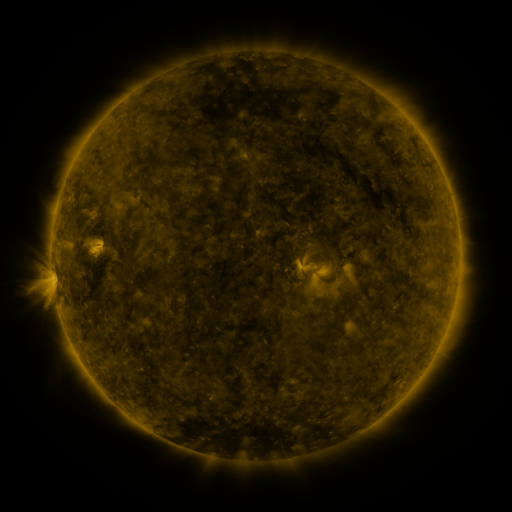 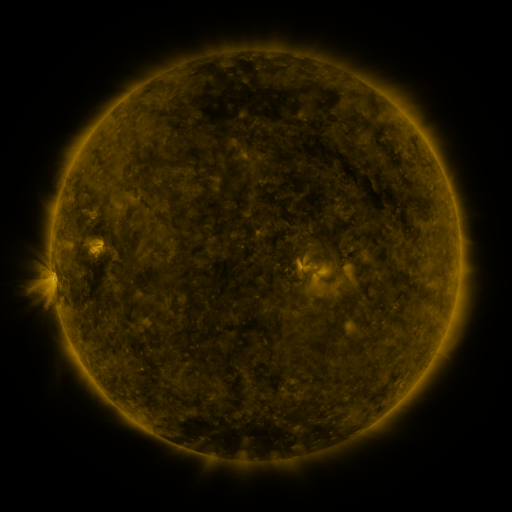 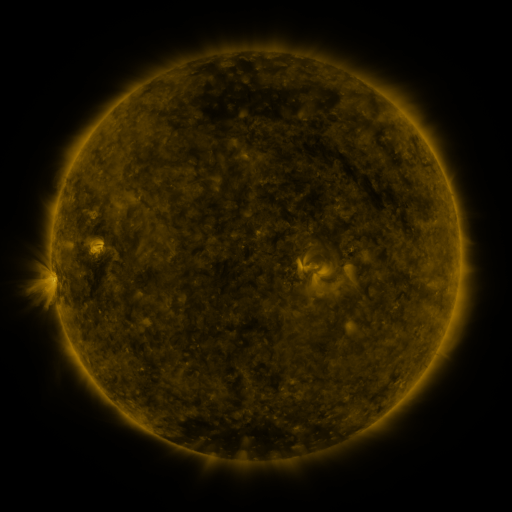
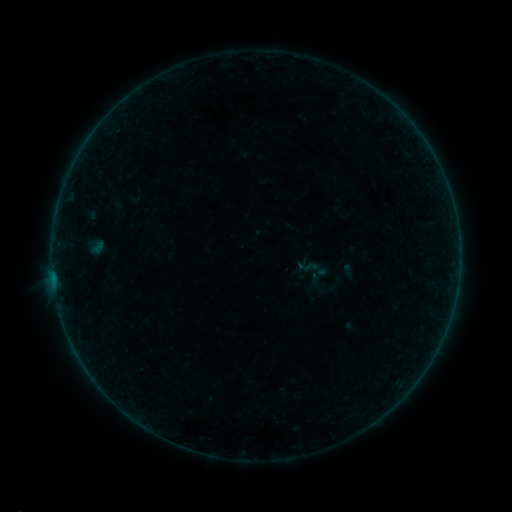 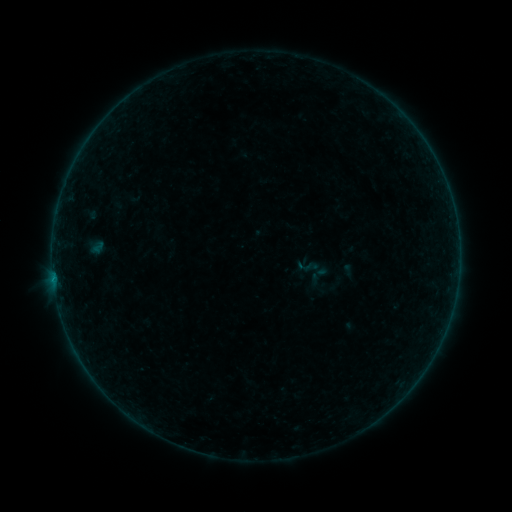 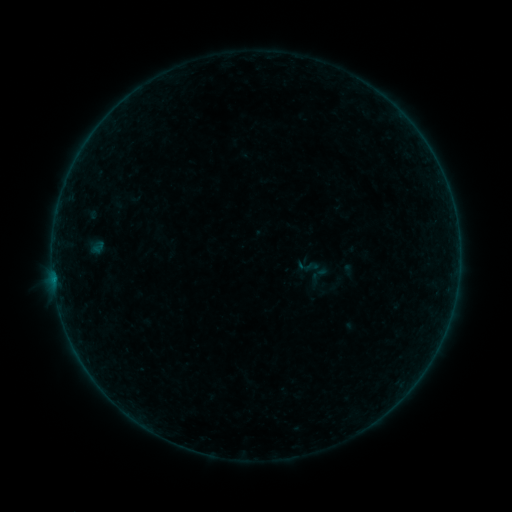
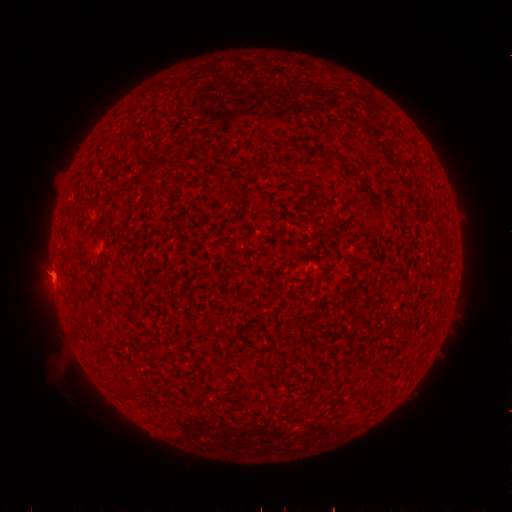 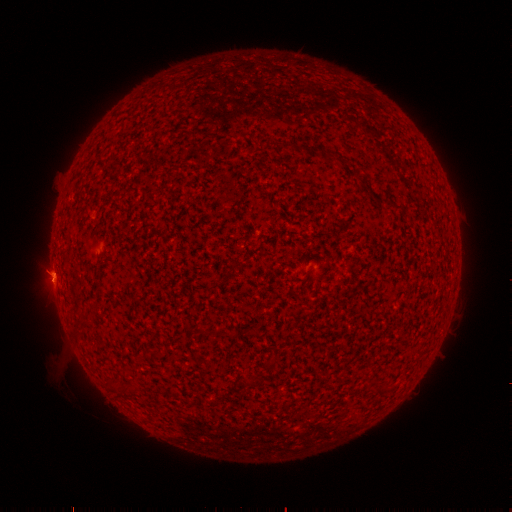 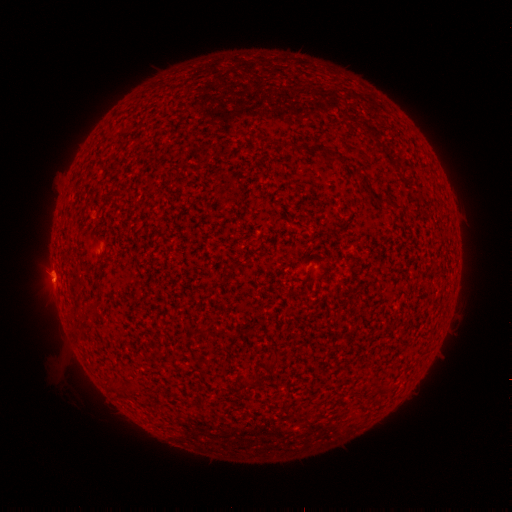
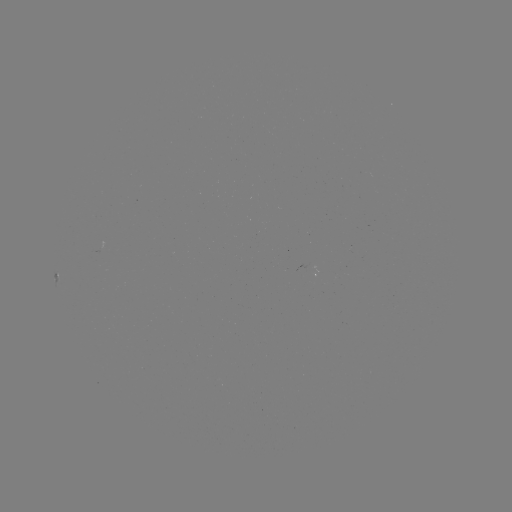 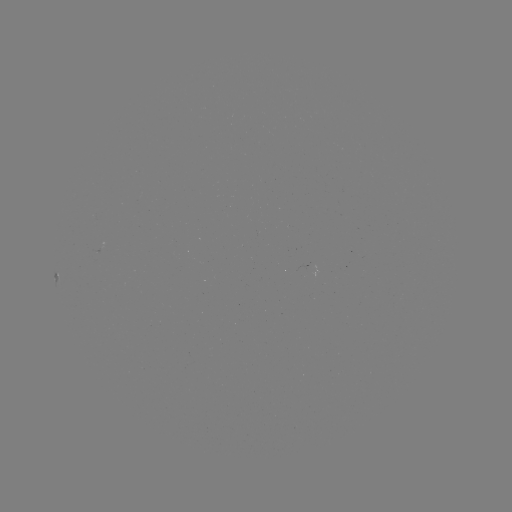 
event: flare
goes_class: A8.9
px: (54, 280)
